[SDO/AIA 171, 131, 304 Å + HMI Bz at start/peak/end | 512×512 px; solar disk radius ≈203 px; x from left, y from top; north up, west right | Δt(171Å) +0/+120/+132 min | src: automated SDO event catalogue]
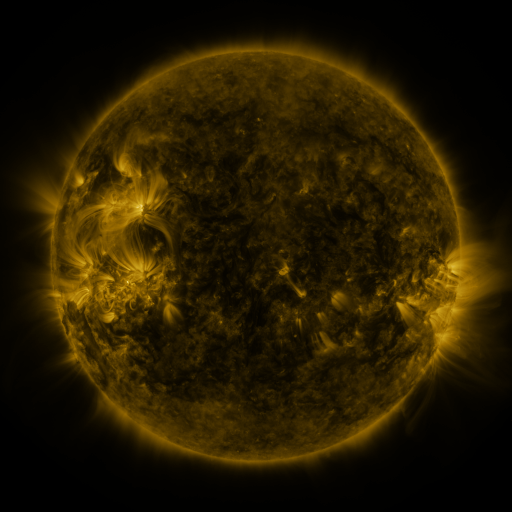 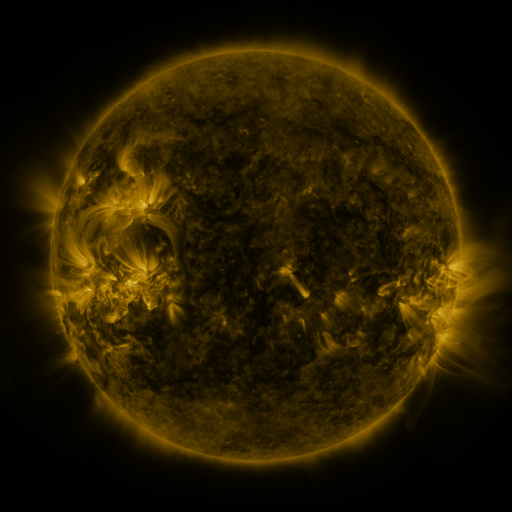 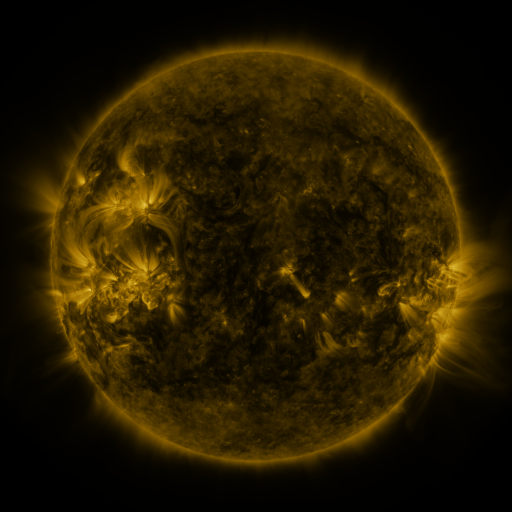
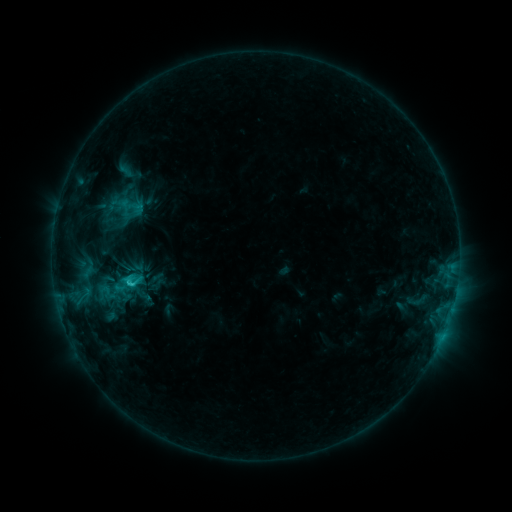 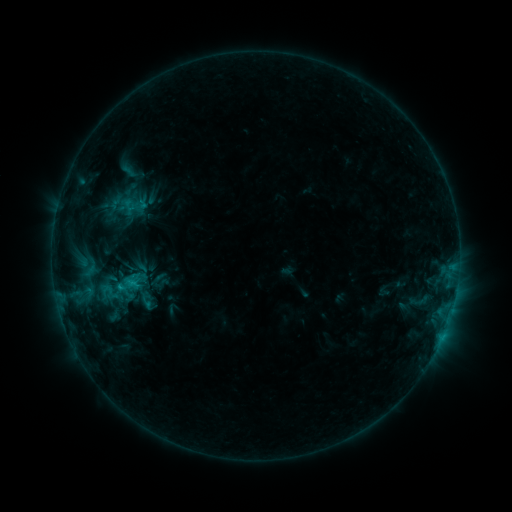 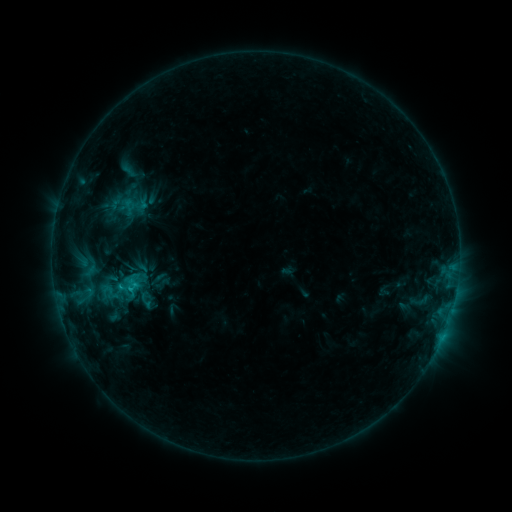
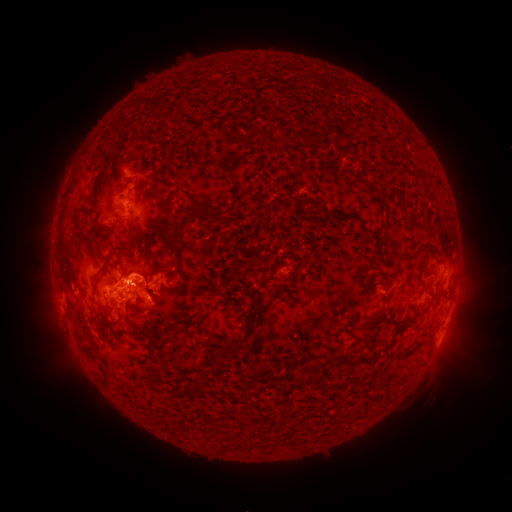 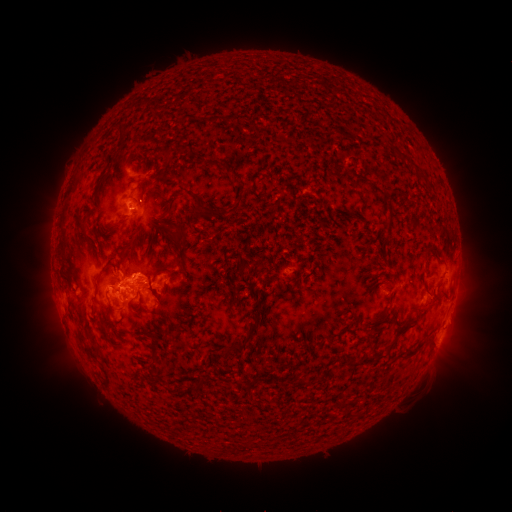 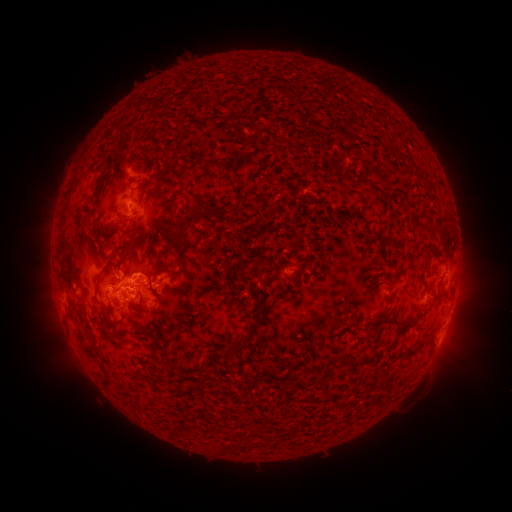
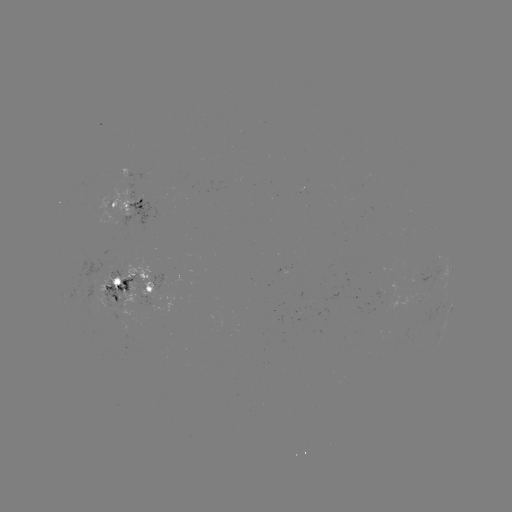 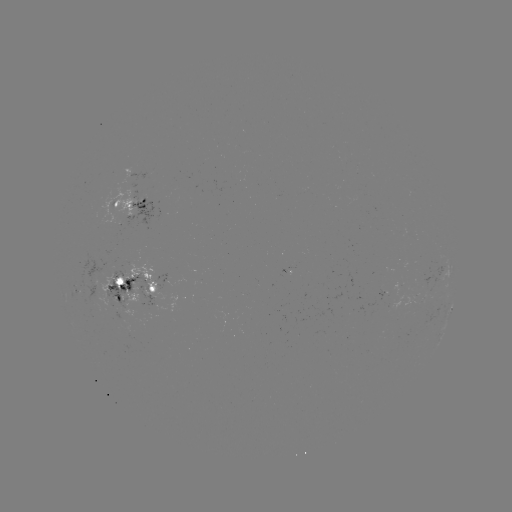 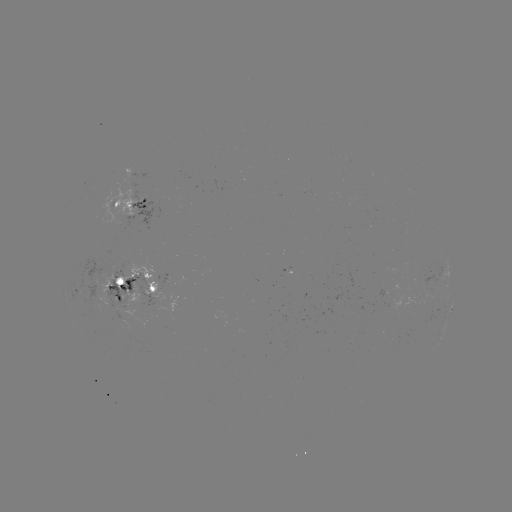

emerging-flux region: [73, 253, 111, 302]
